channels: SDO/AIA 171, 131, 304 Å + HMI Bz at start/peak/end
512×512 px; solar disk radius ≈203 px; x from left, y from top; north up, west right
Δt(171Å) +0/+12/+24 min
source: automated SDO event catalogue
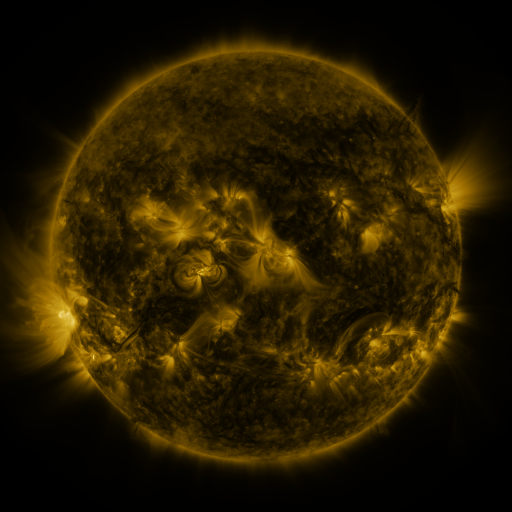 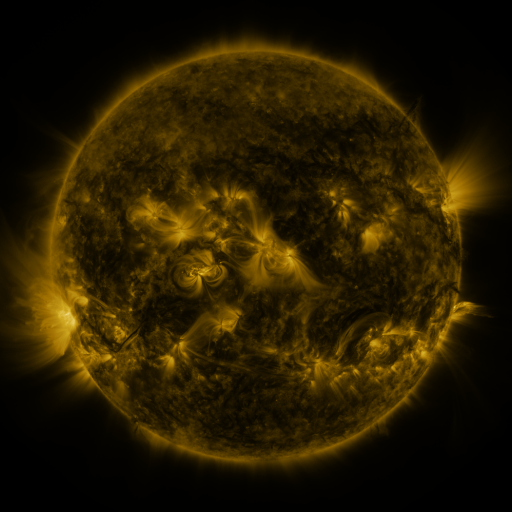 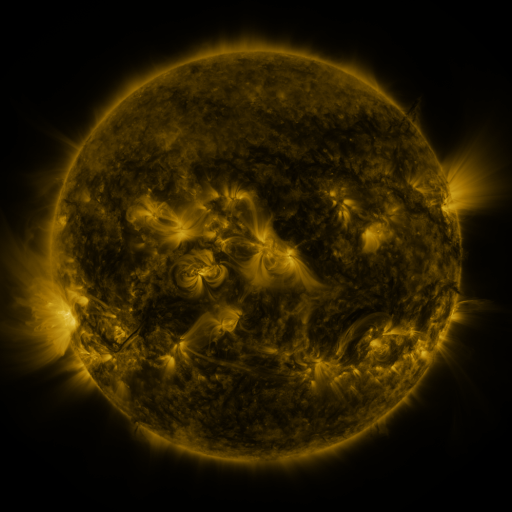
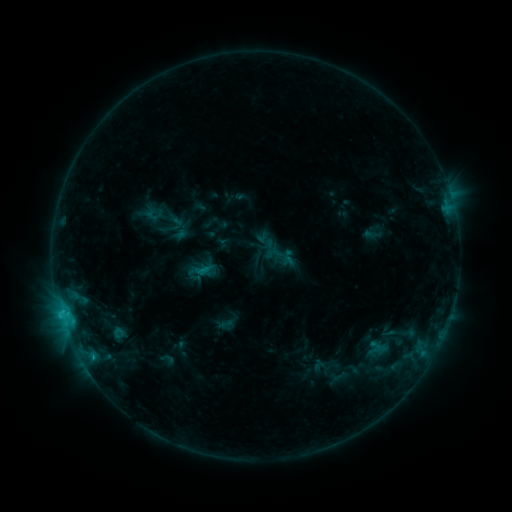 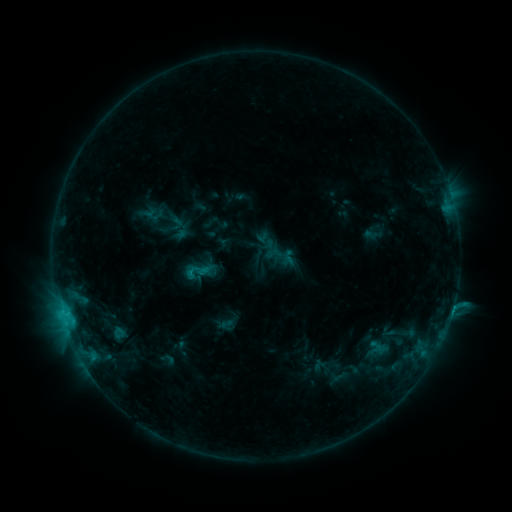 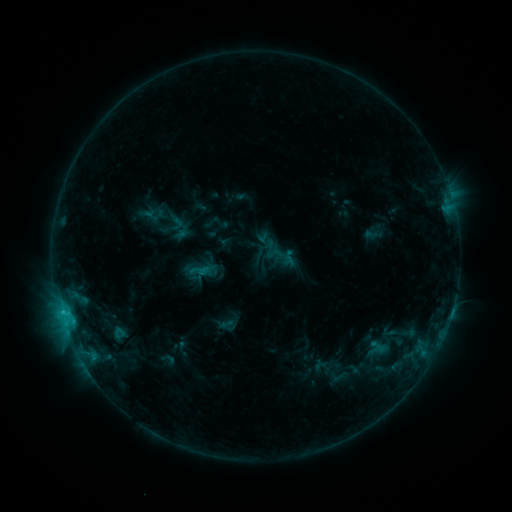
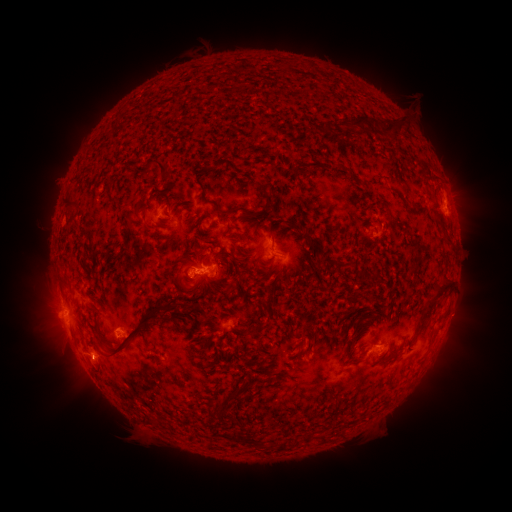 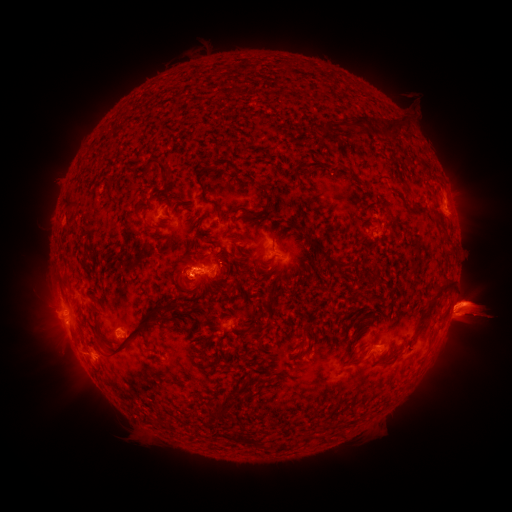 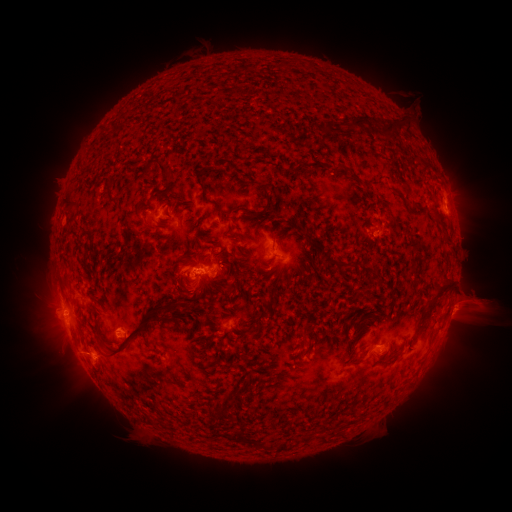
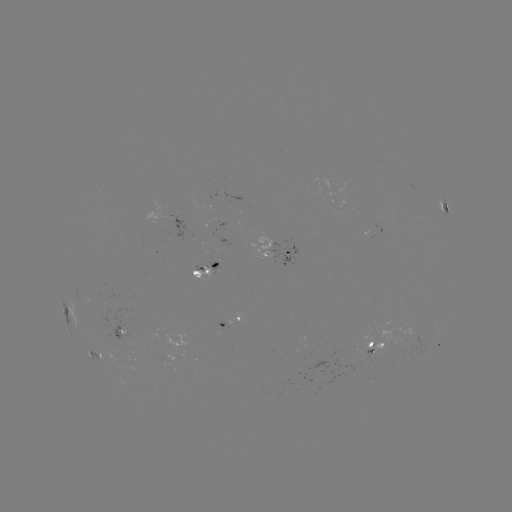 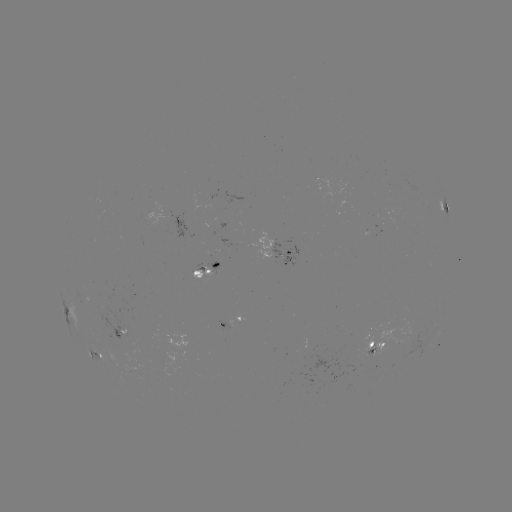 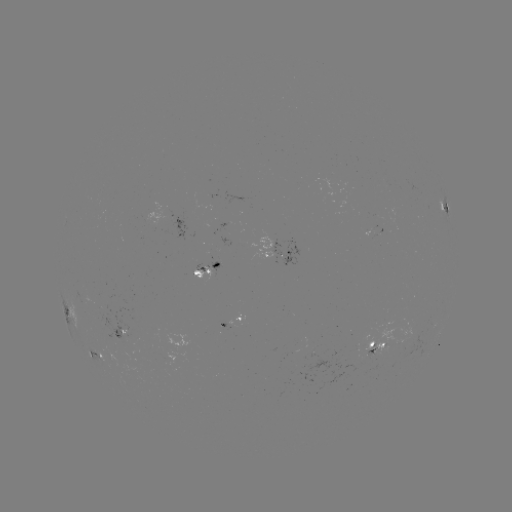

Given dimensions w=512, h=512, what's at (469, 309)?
eruption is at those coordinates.